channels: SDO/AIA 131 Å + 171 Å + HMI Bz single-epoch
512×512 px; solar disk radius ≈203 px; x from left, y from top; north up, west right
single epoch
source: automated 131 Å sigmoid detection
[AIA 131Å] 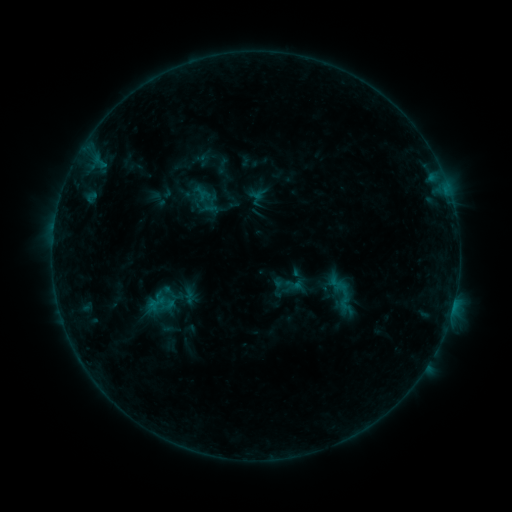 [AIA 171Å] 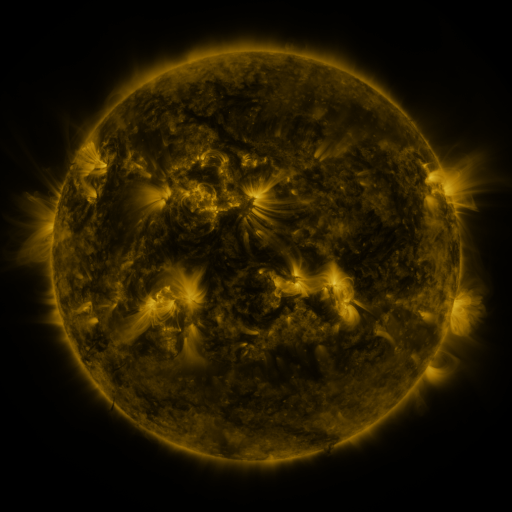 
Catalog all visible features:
sigmoid: (289, 285)
sigmoid: (341, 295)
